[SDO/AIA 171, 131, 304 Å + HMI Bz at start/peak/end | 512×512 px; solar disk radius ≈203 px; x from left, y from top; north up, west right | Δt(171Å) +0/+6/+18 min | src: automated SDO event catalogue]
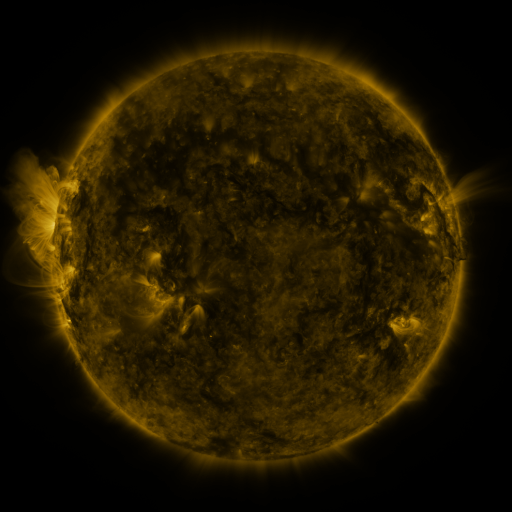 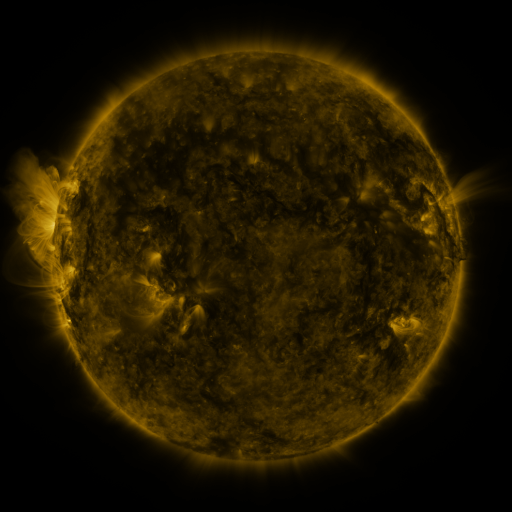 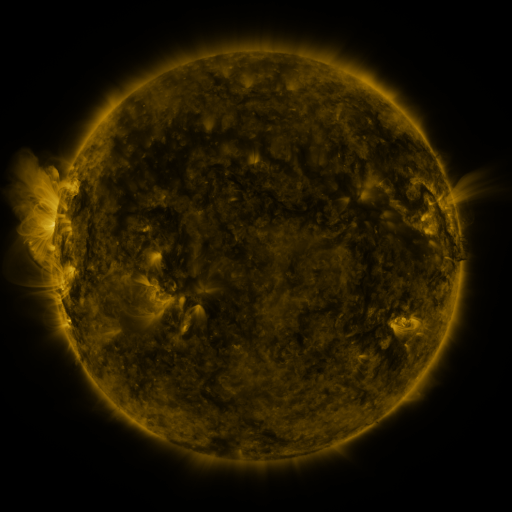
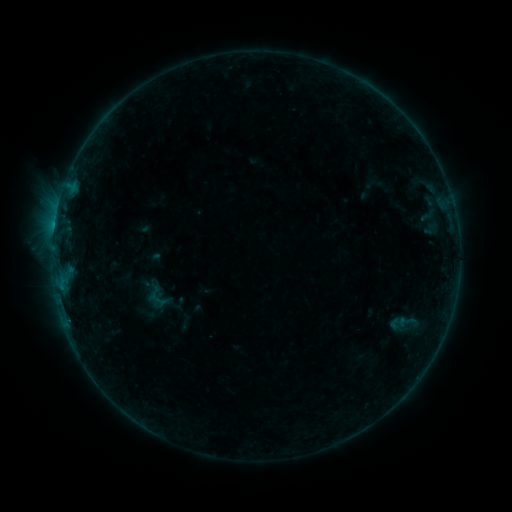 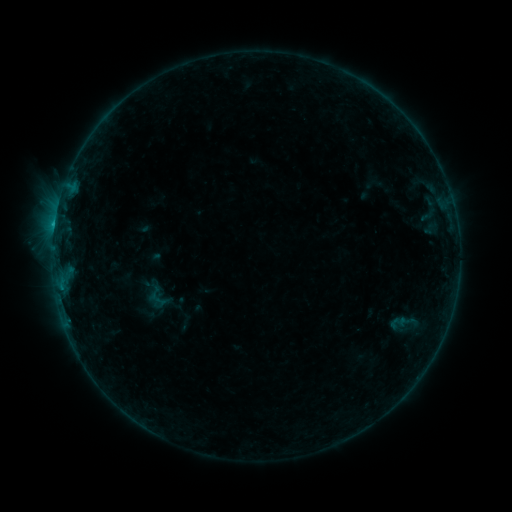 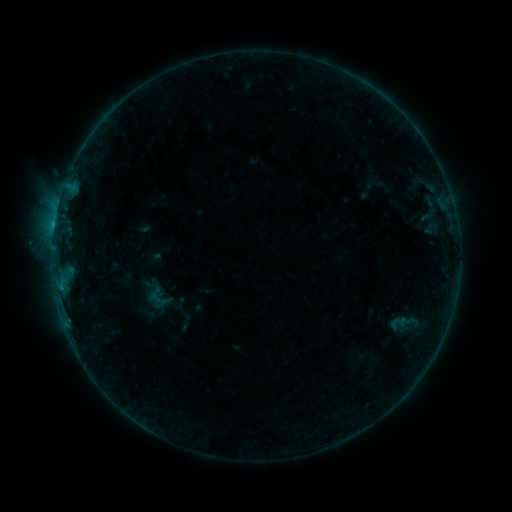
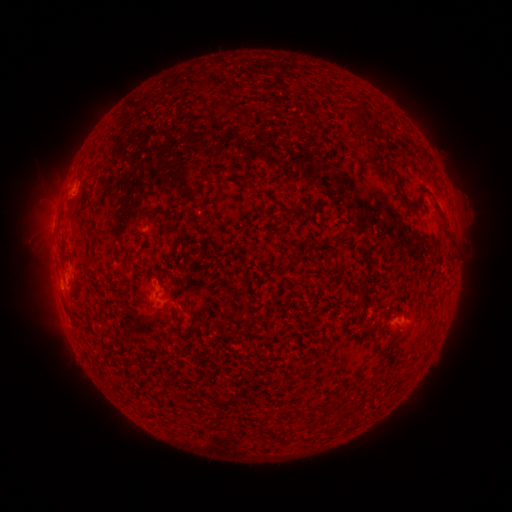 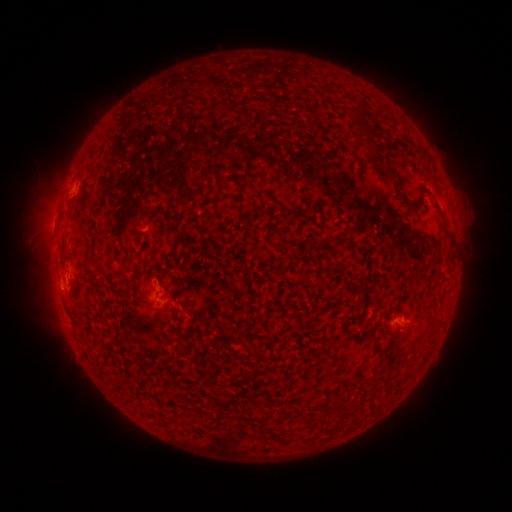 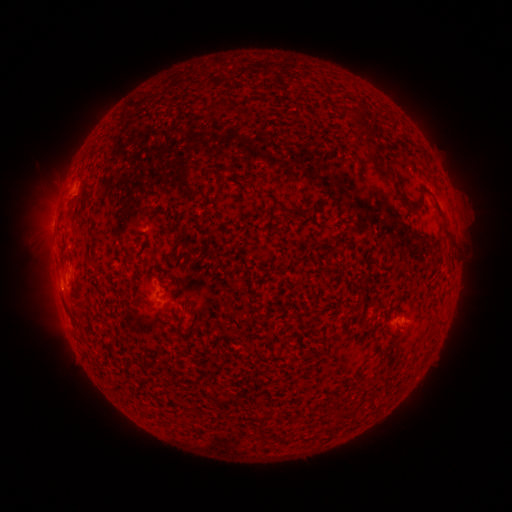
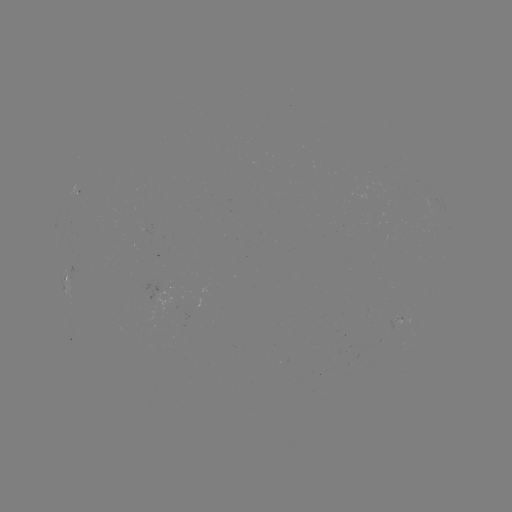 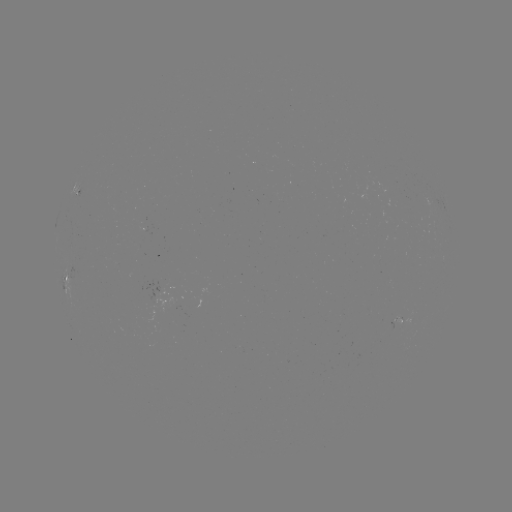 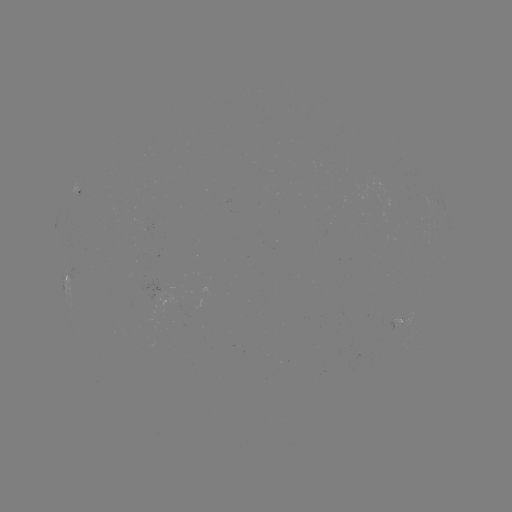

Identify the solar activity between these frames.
B4.3 flare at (55, 224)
